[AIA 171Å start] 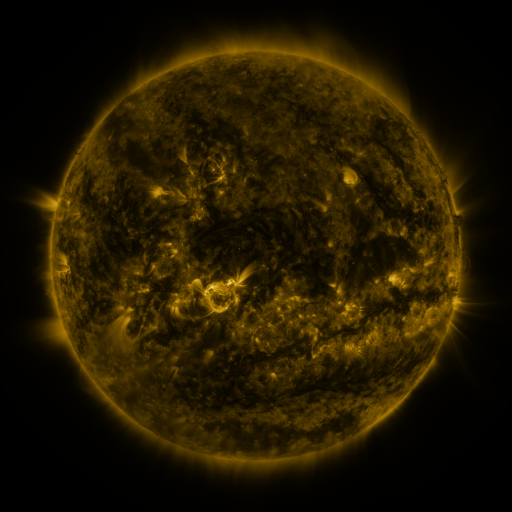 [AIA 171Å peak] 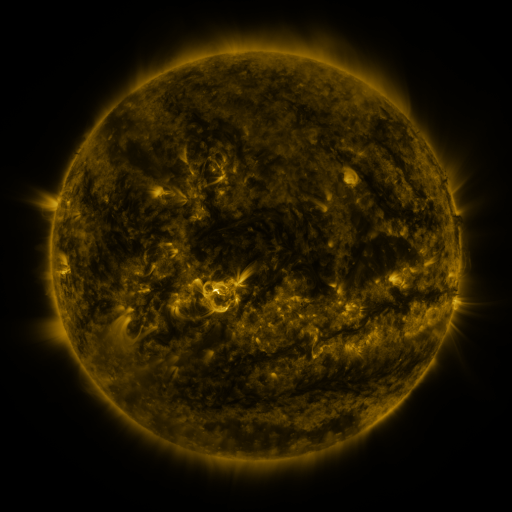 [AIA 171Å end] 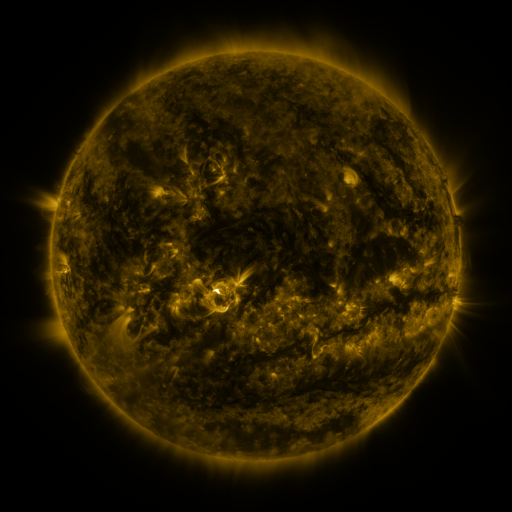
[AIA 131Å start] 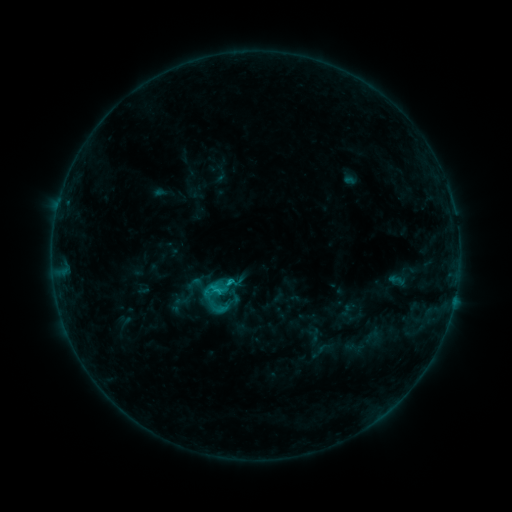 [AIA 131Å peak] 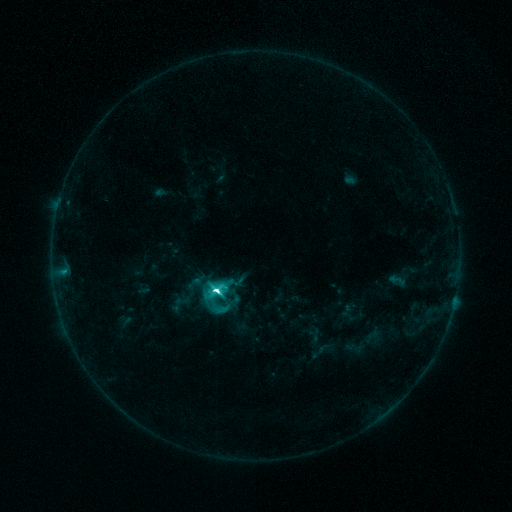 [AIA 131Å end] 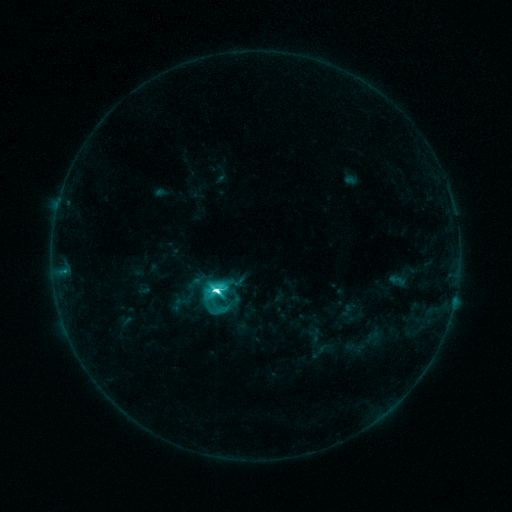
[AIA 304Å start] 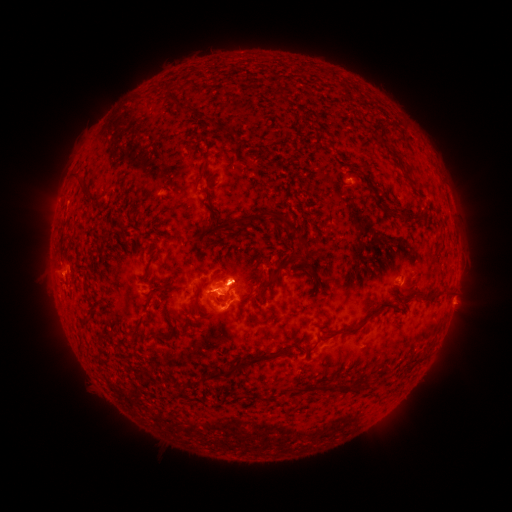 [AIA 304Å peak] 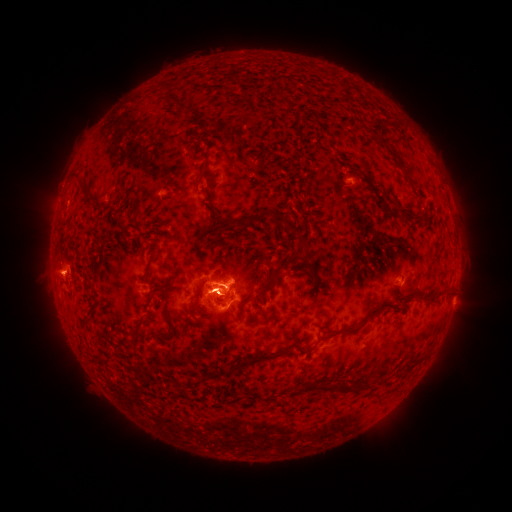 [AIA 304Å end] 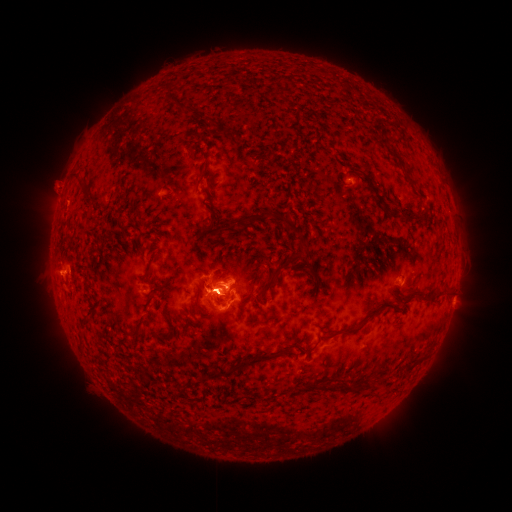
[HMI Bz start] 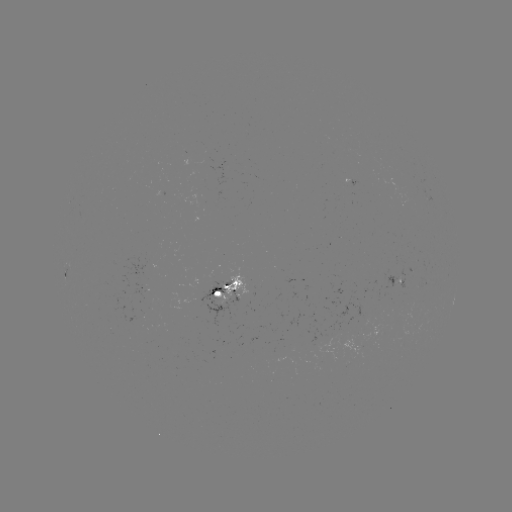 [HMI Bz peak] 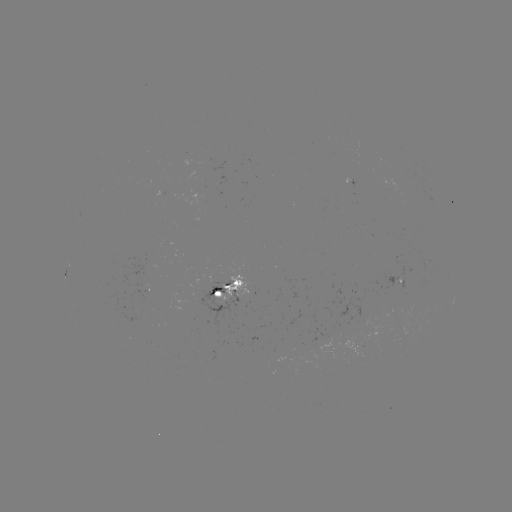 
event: flare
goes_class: M1.6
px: (218, 291)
